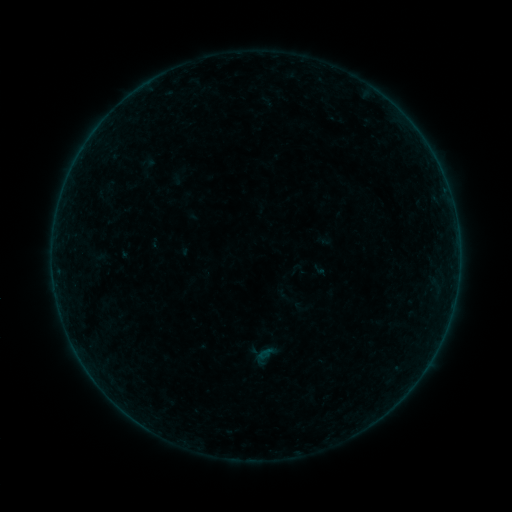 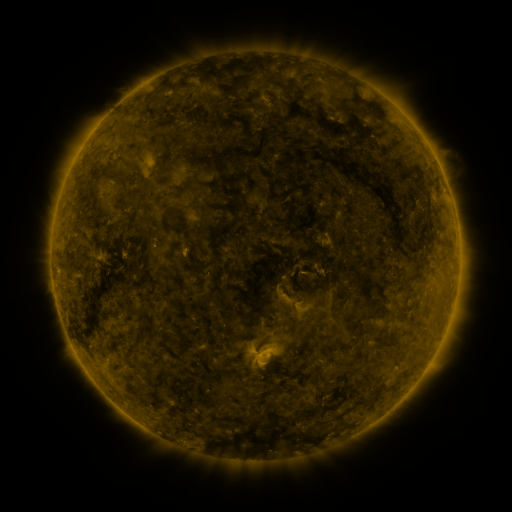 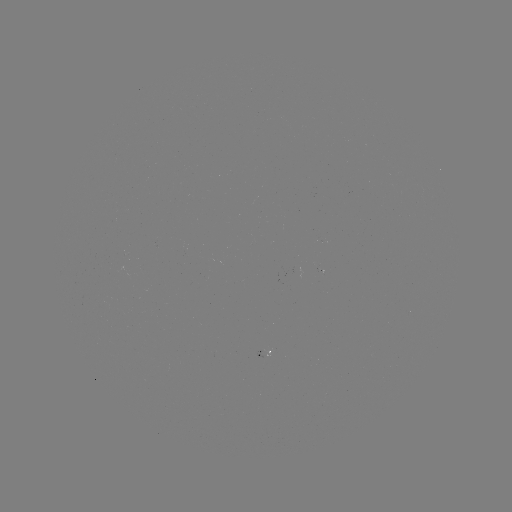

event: sigmoid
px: (285, 295)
